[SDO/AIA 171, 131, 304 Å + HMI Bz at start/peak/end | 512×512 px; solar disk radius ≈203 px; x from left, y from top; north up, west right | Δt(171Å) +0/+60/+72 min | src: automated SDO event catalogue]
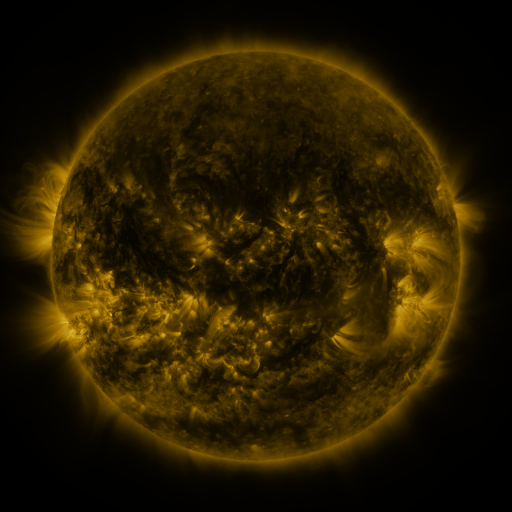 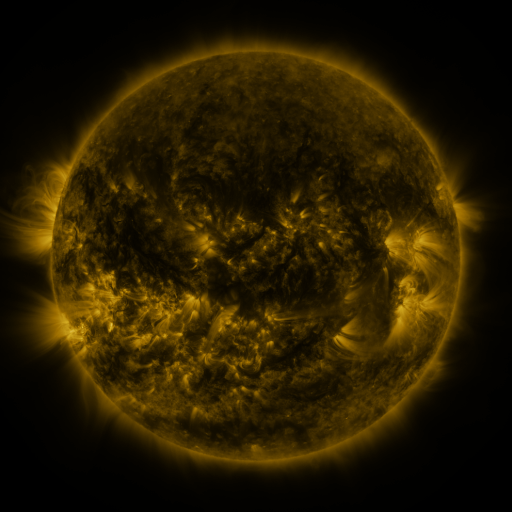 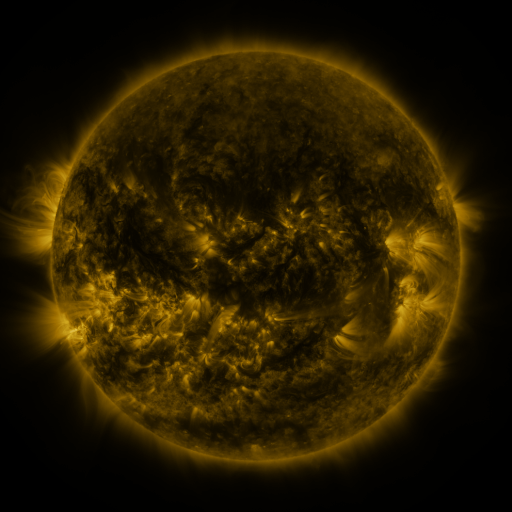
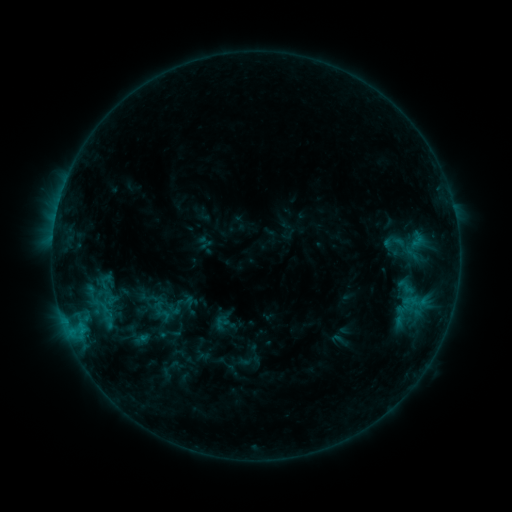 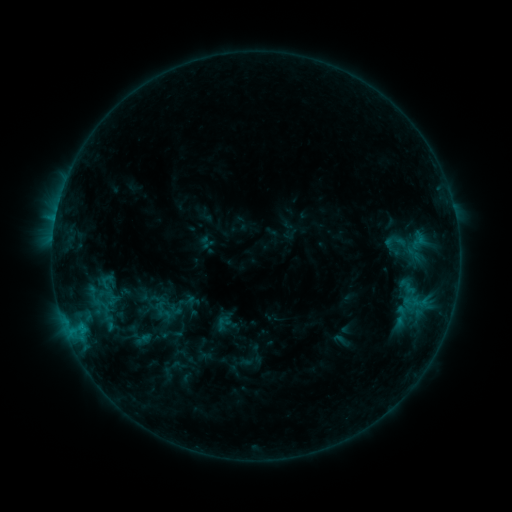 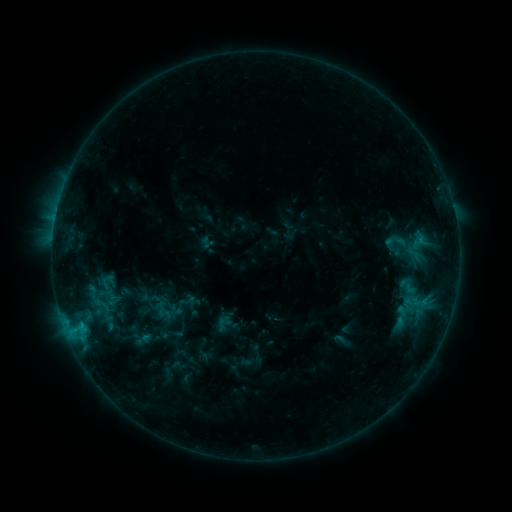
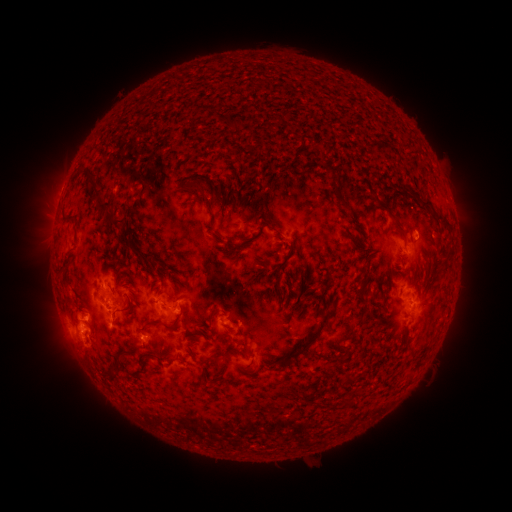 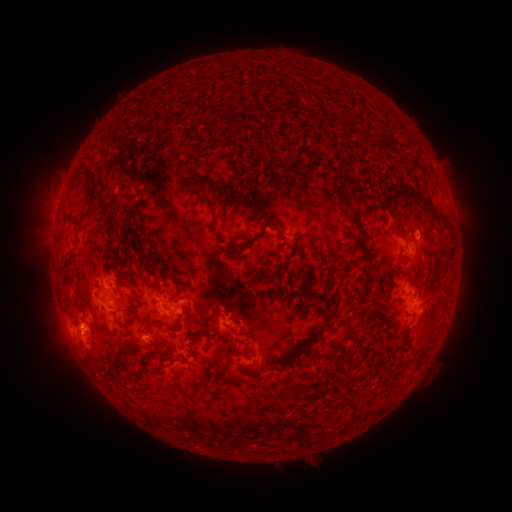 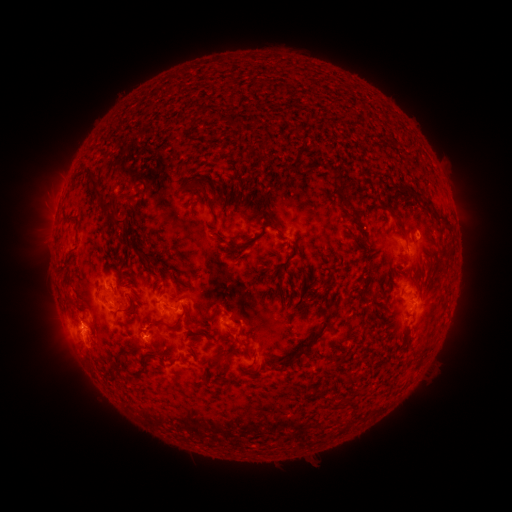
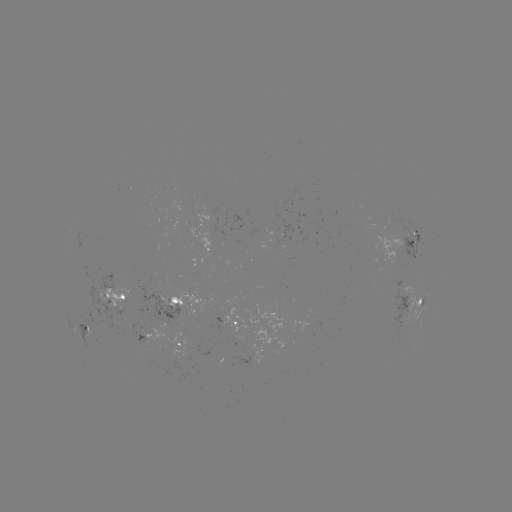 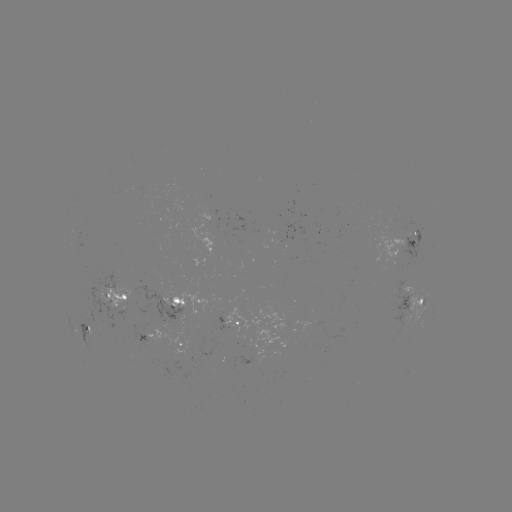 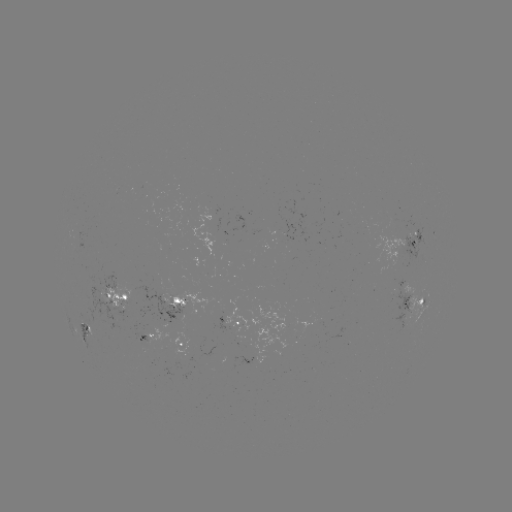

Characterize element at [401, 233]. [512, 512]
emerging-flux region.